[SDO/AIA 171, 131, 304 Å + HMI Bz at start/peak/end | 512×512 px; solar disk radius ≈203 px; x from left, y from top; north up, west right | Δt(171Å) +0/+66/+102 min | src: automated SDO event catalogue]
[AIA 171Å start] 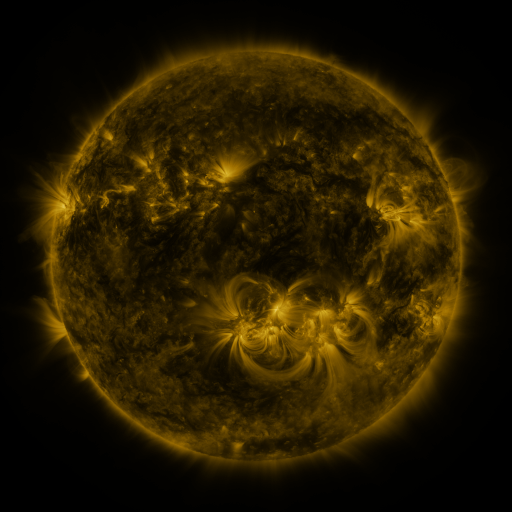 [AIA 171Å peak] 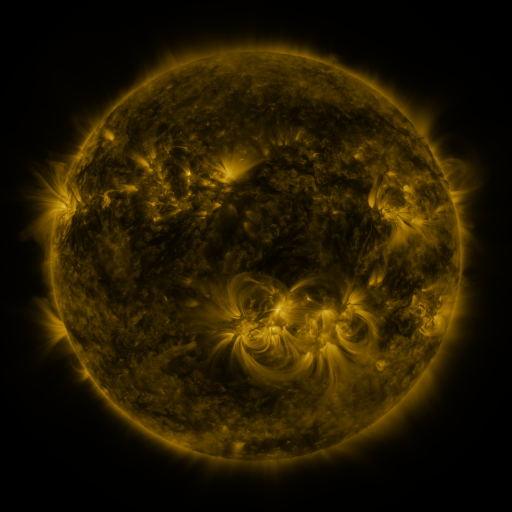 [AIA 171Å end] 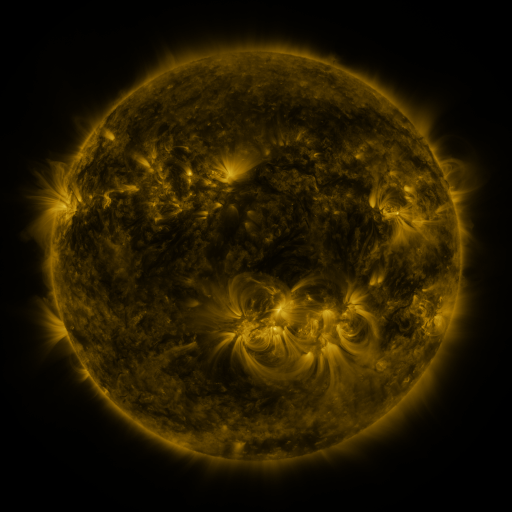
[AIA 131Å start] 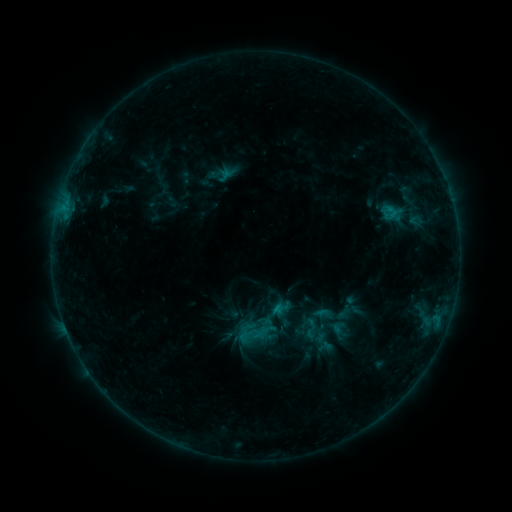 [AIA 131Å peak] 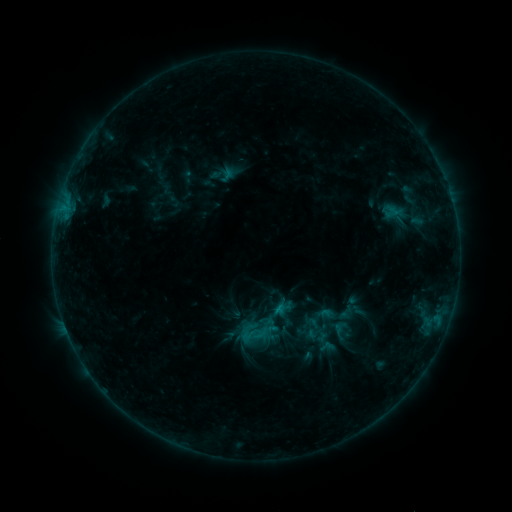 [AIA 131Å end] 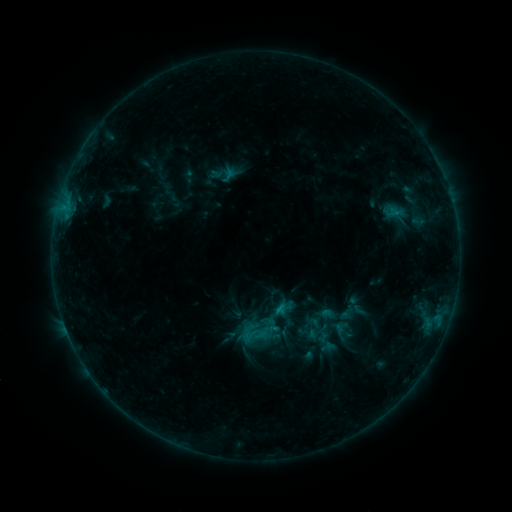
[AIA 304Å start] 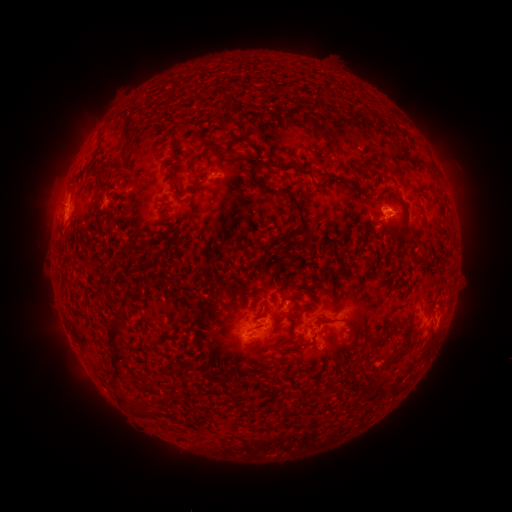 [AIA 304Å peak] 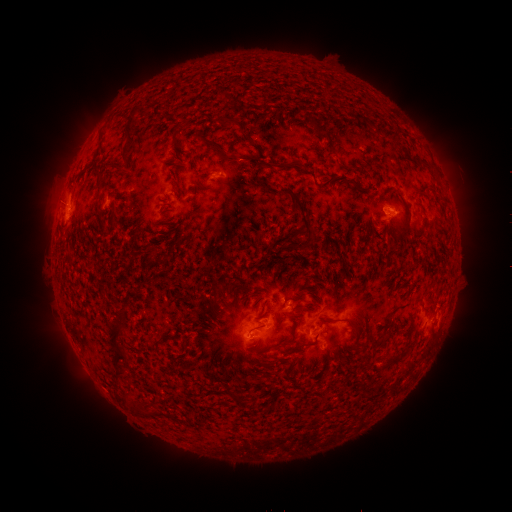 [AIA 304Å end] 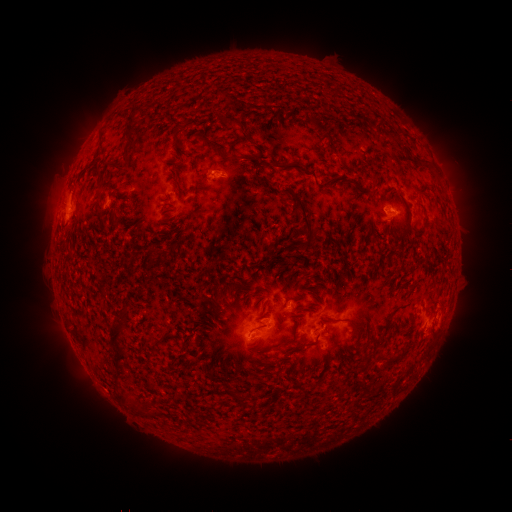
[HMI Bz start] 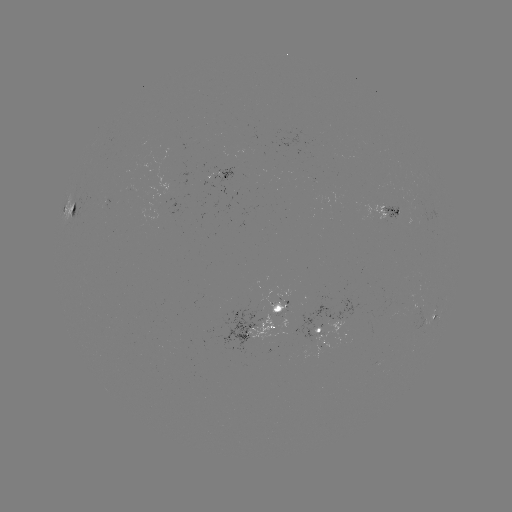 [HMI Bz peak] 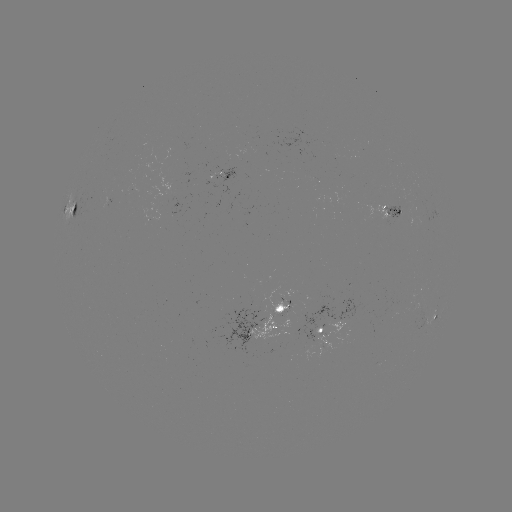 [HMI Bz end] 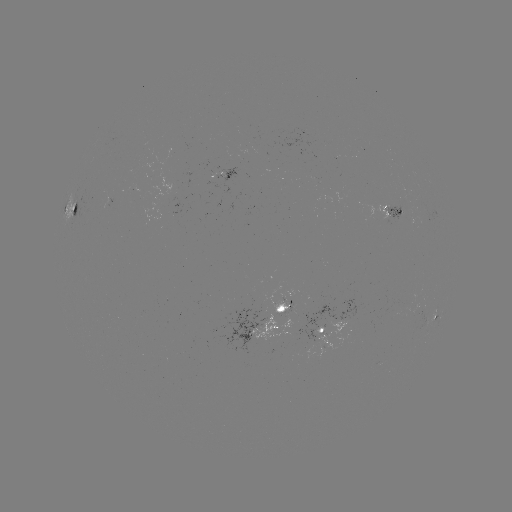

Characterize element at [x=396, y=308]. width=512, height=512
emerging-flux region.